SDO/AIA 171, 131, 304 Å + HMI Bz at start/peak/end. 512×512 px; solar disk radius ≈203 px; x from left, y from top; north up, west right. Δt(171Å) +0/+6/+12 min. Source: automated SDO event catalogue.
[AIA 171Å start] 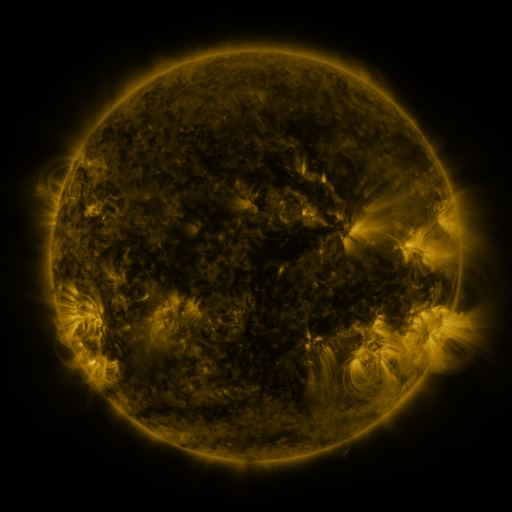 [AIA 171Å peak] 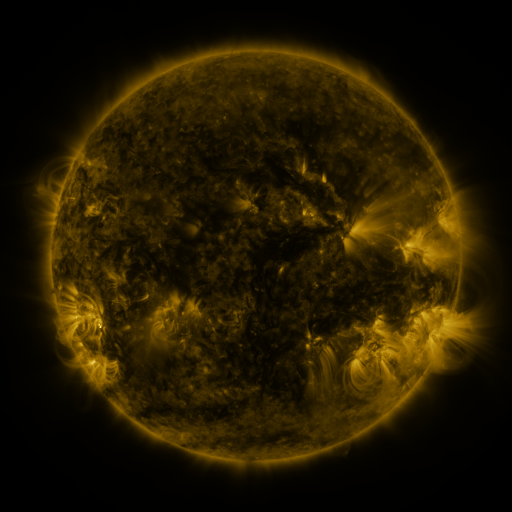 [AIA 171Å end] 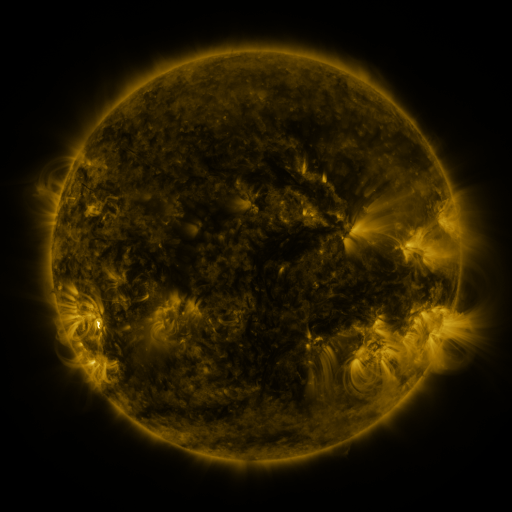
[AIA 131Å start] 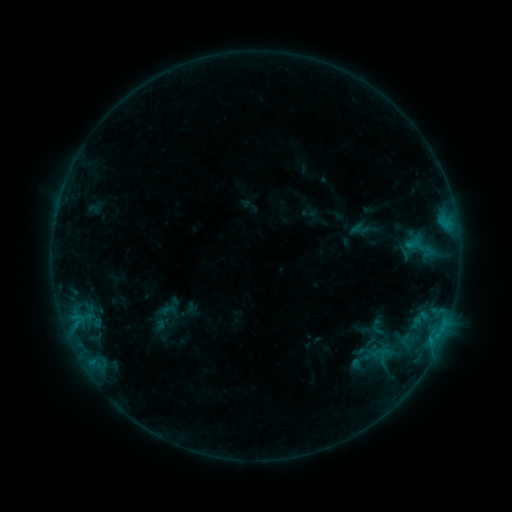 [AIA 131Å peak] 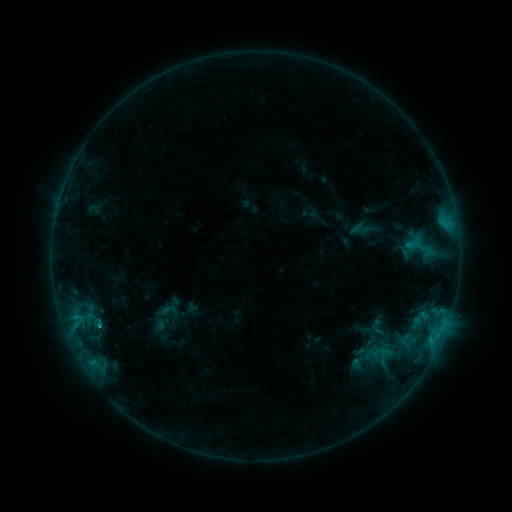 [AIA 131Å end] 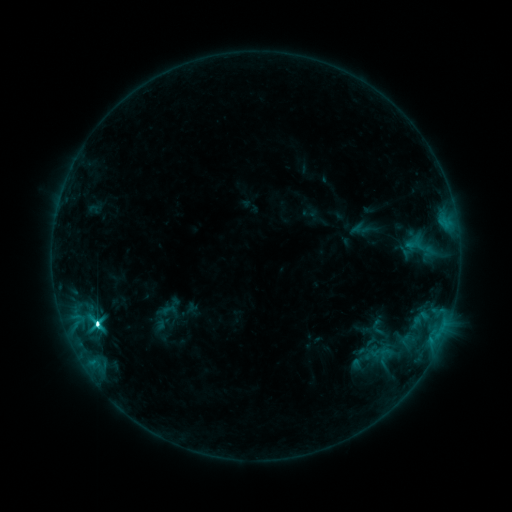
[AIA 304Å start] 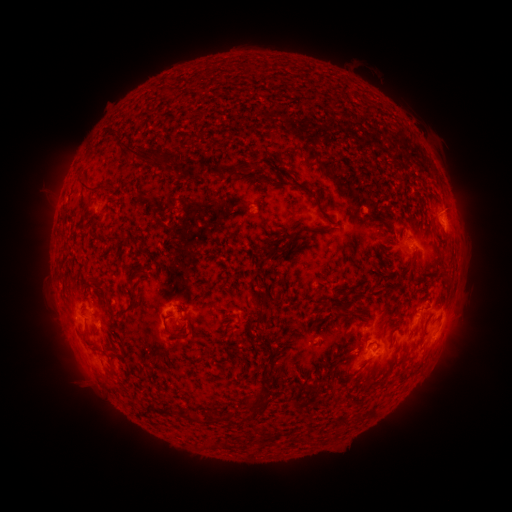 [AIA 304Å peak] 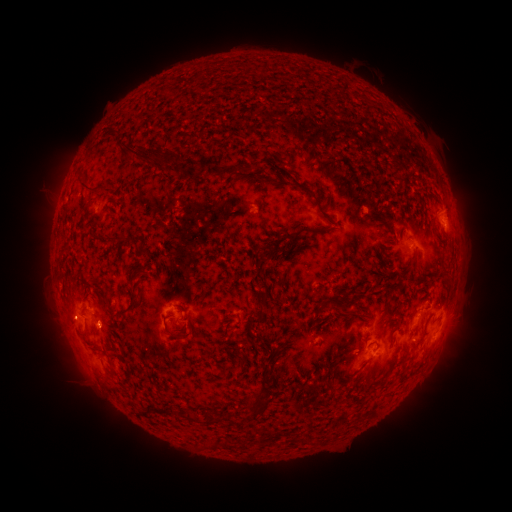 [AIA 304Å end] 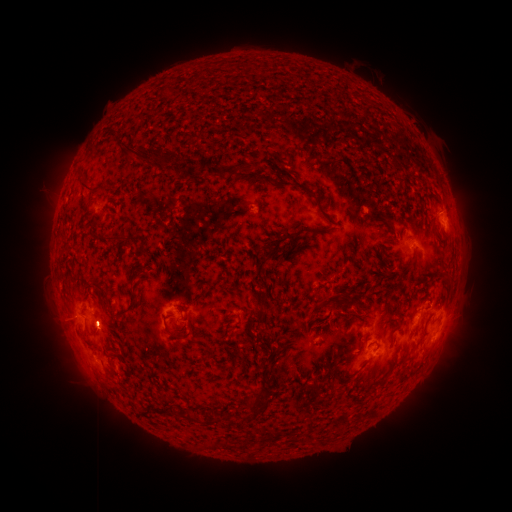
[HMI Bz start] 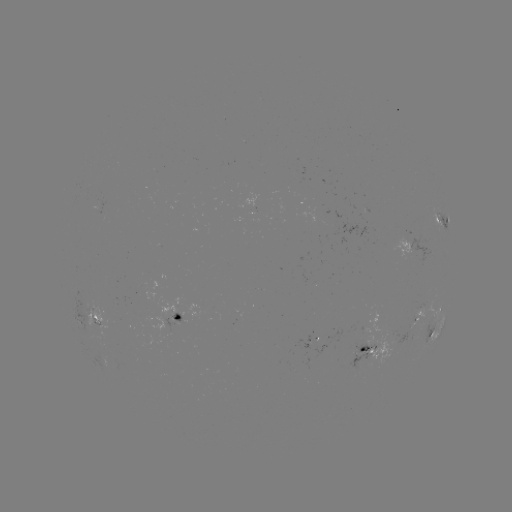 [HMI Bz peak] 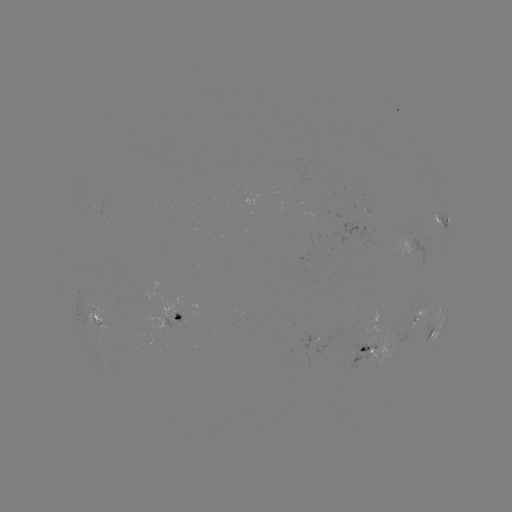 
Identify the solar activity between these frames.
C9.9 flare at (99, 323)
